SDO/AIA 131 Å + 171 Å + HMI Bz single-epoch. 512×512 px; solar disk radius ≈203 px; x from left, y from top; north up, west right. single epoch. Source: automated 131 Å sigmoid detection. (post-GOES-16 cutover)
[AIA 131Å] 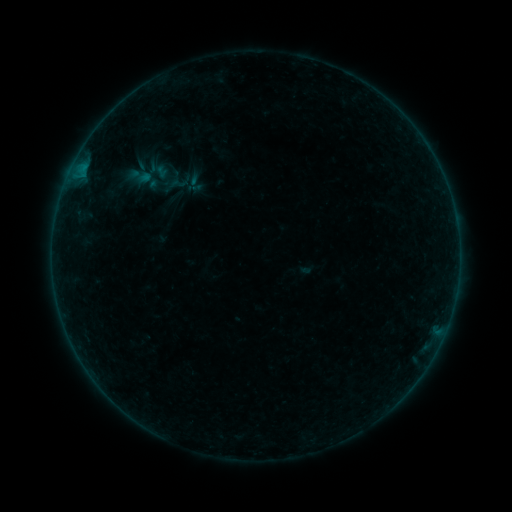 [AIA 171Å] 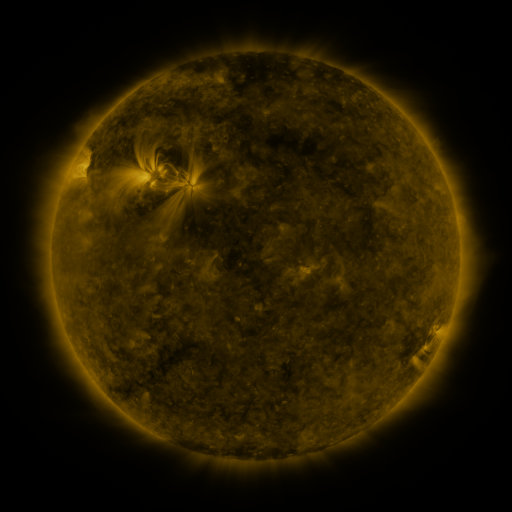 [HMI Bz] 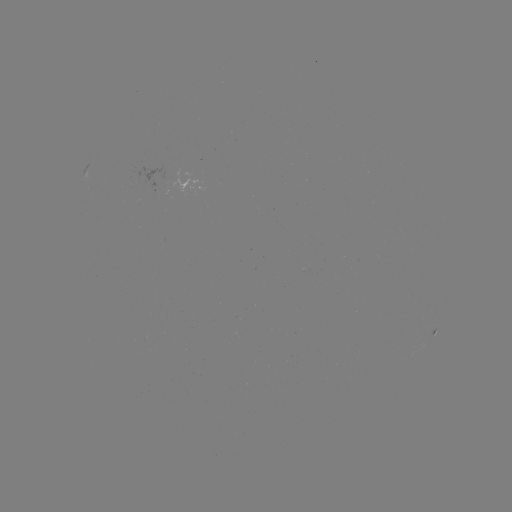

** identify sigmoid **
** (140, 176) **